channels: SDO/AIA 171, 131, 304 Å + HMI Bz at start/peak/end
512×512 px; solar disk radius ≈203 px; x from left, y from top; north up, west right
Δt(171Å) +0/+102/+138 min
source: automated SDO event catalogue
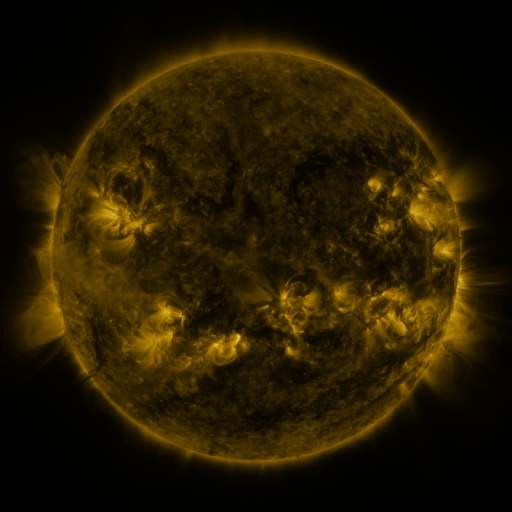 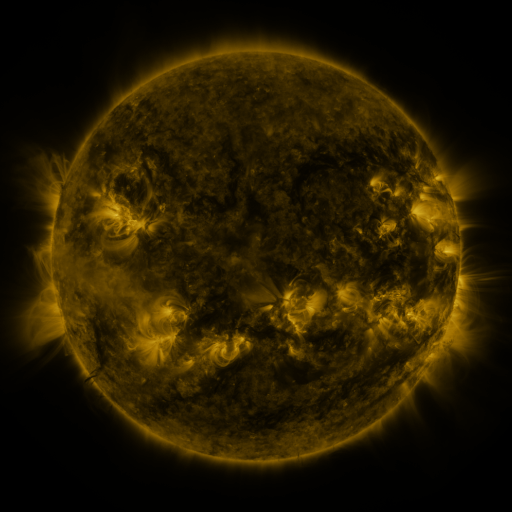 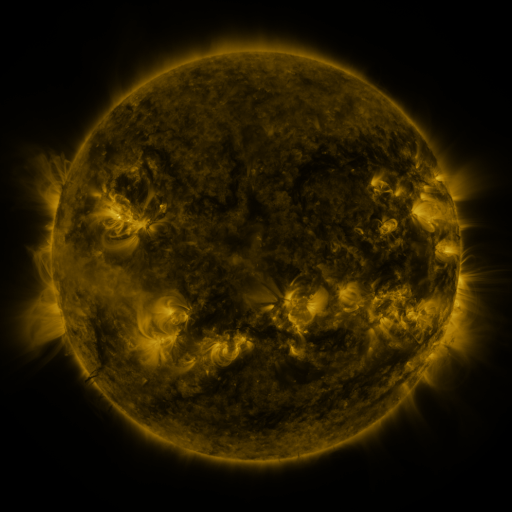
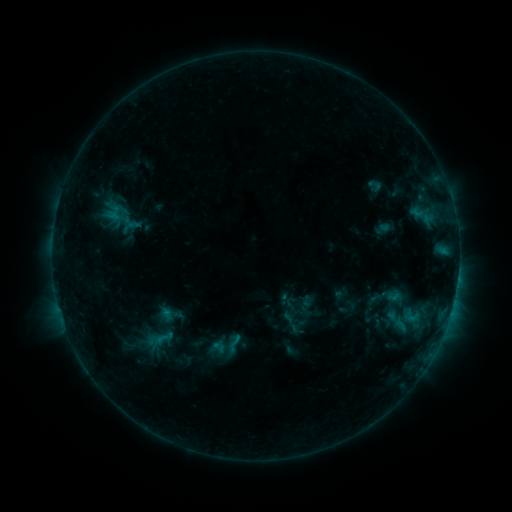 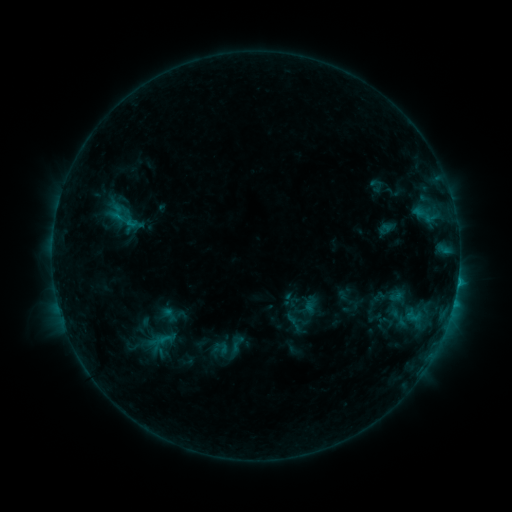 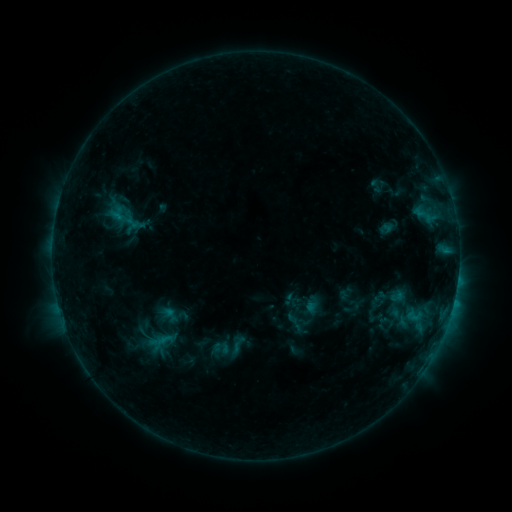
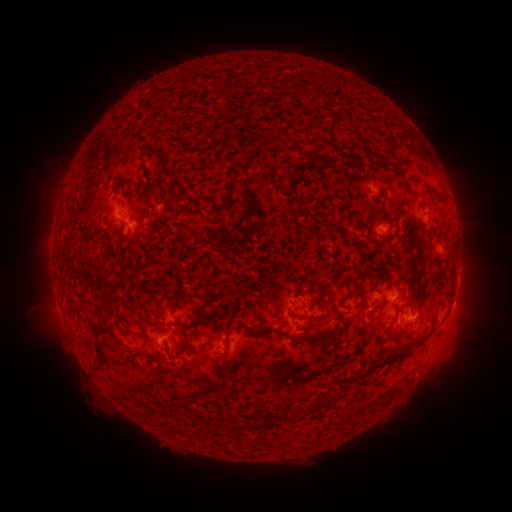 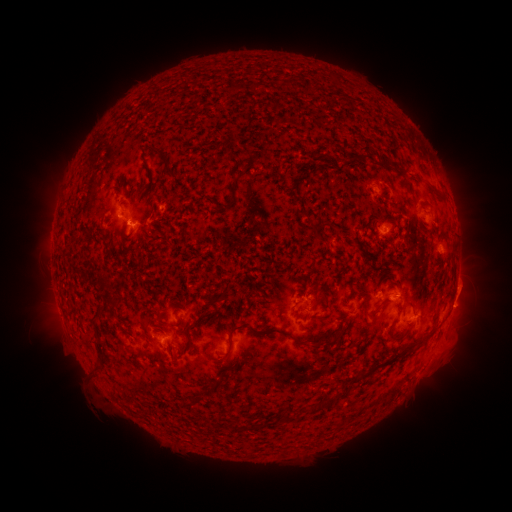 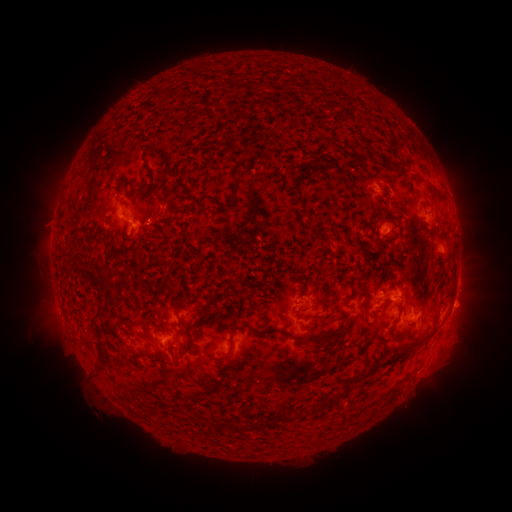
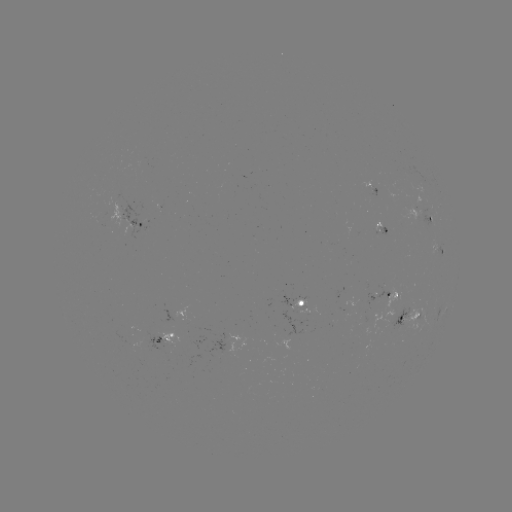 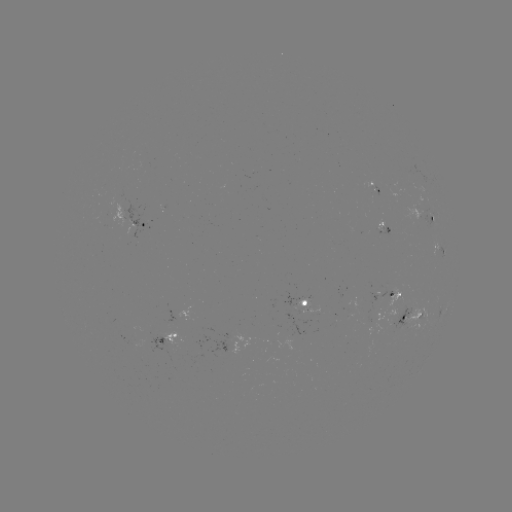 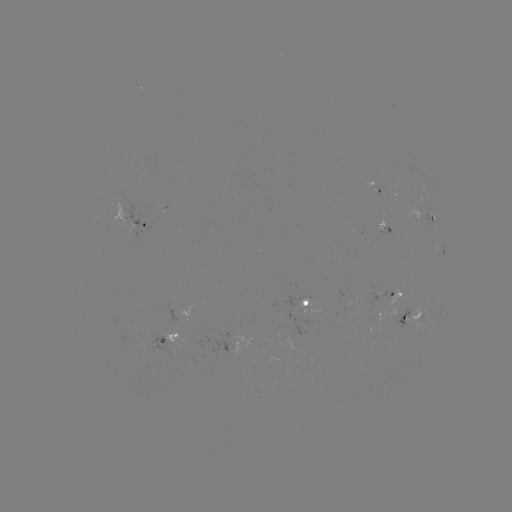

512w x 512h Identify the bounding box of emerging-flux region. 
[393, 303, 412, 329].